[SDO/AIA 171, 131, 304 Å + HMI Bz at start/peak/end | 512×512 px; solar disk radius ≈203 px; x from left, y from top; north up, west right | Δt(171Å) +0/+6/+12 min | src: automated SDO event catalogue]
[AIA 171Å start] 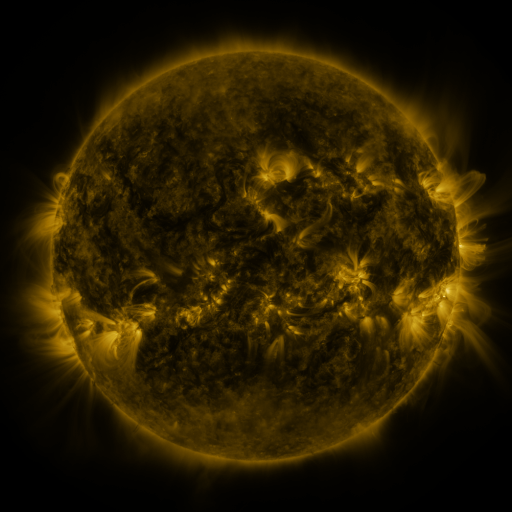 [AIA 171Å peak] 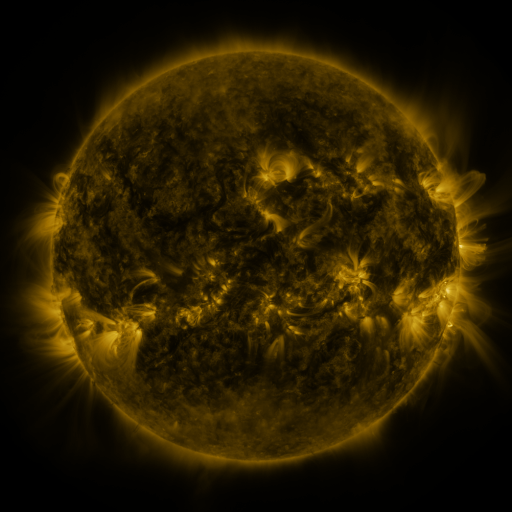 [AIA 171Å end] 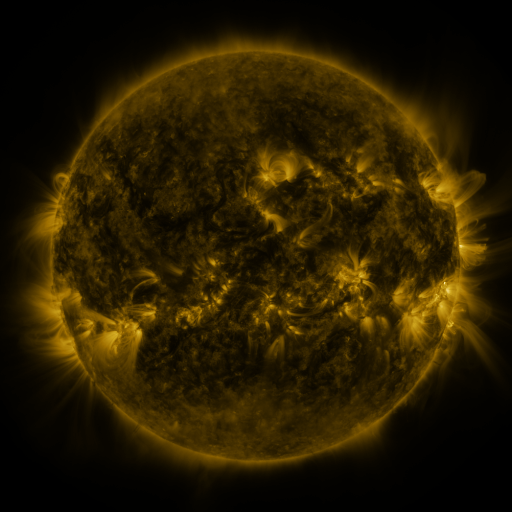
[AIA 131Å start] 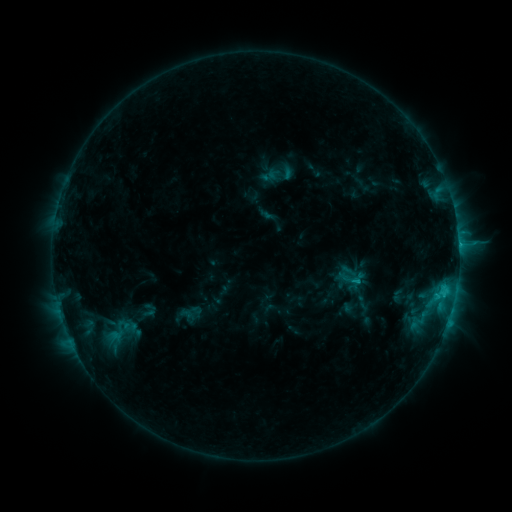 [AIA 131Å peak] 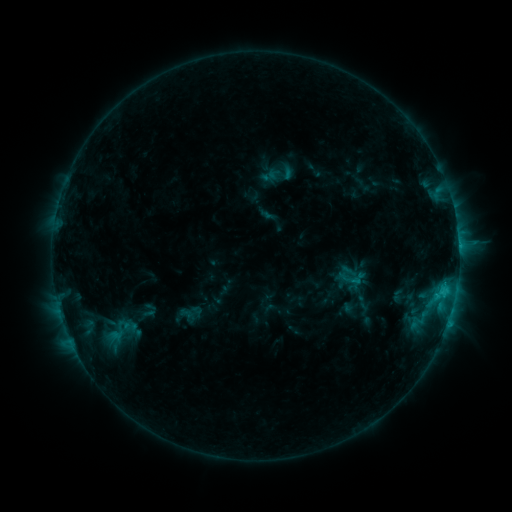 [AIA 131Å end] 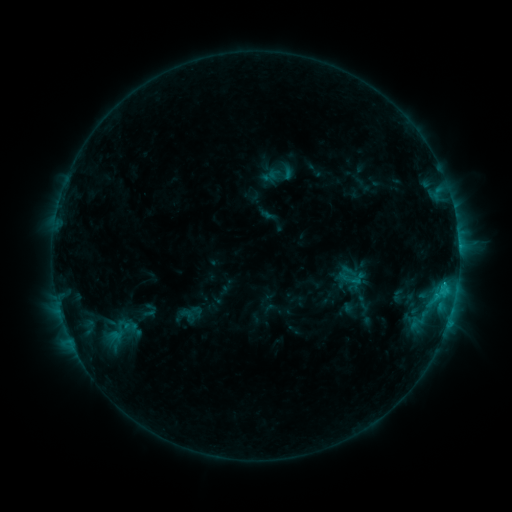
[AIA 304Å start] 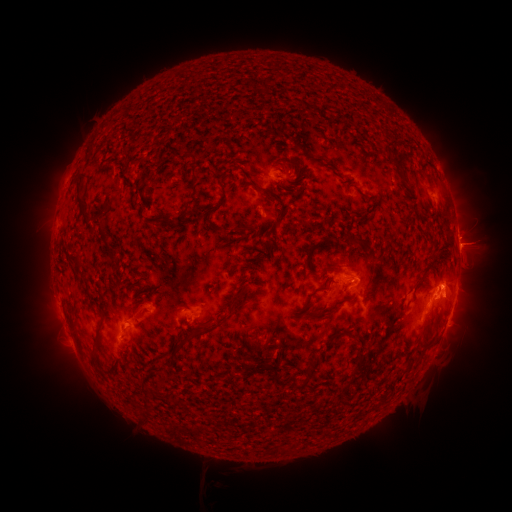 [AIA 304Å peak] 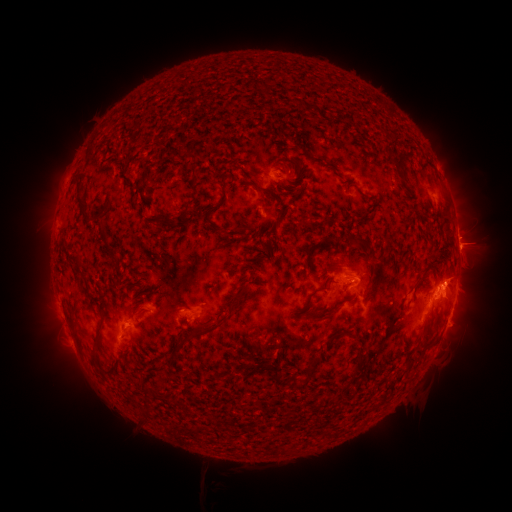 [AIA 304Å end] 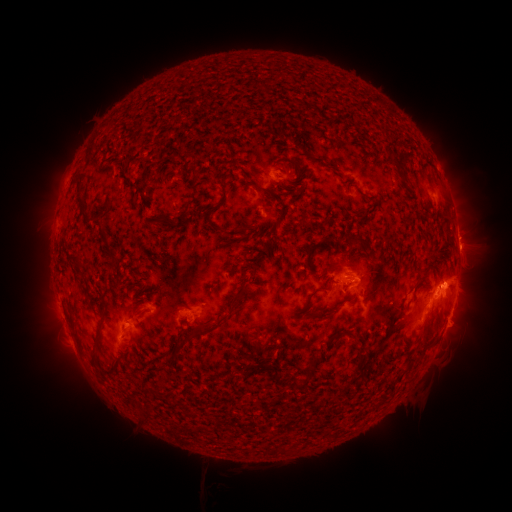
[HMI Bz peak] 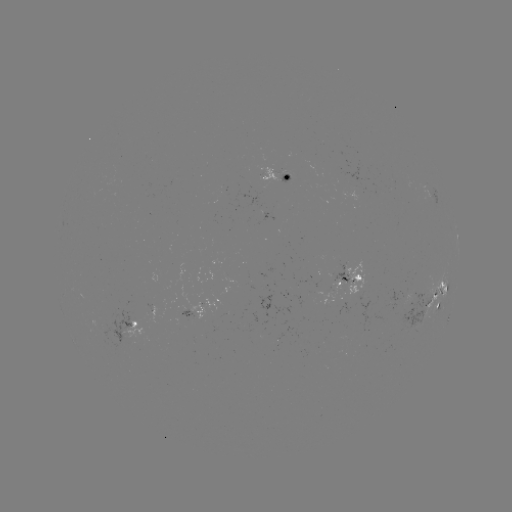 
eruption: [420, 248, 494, 304]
